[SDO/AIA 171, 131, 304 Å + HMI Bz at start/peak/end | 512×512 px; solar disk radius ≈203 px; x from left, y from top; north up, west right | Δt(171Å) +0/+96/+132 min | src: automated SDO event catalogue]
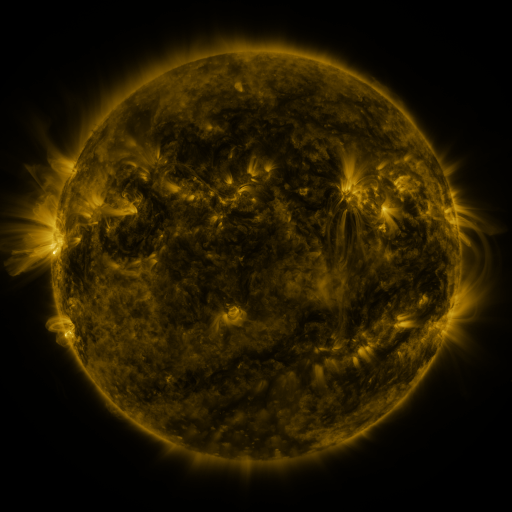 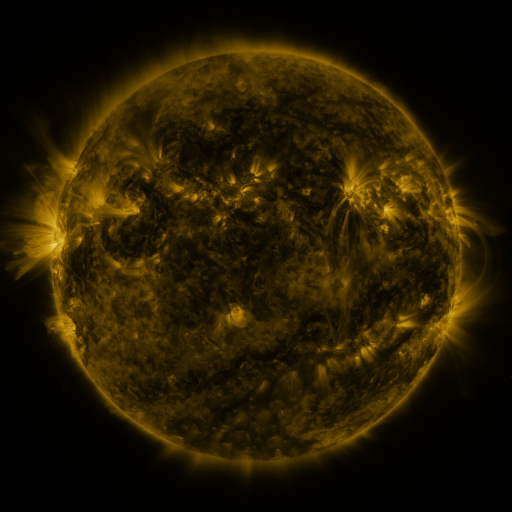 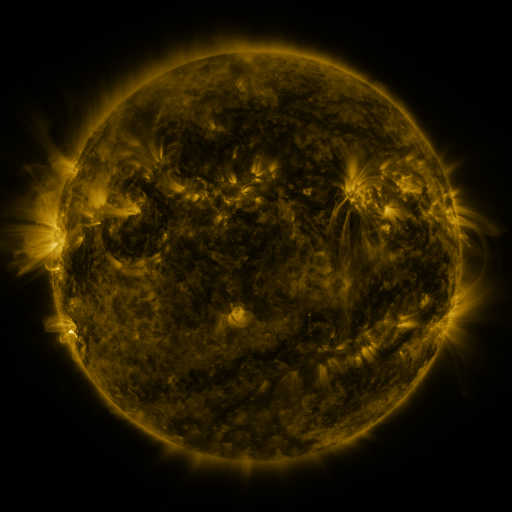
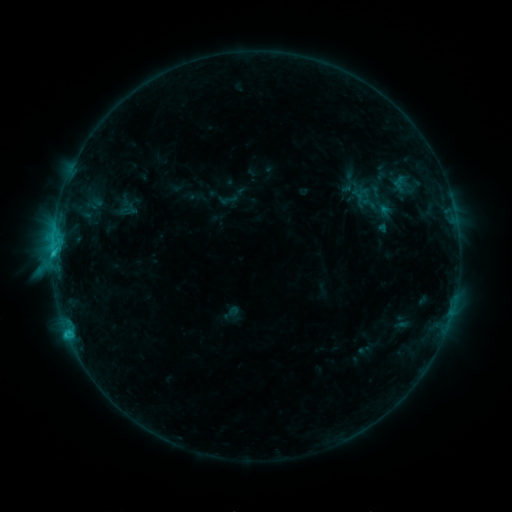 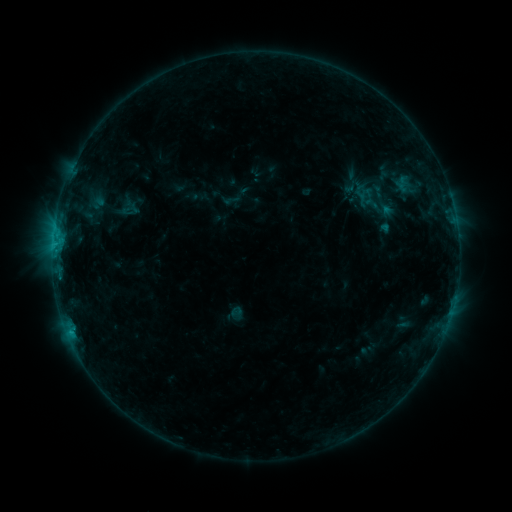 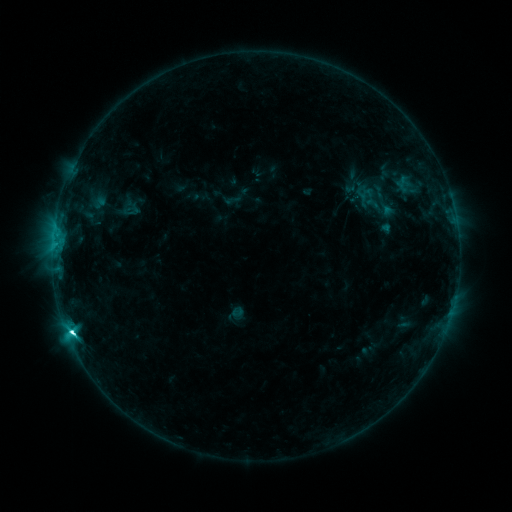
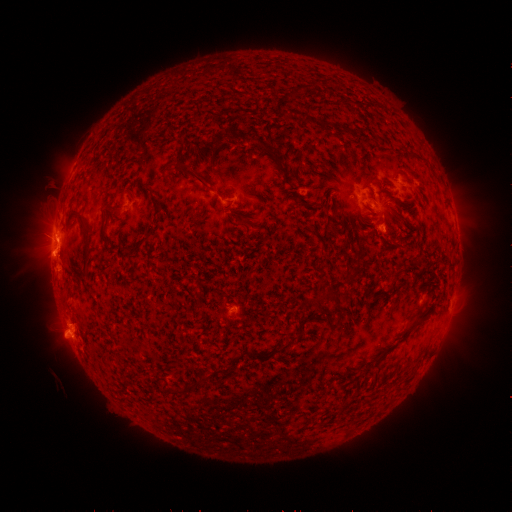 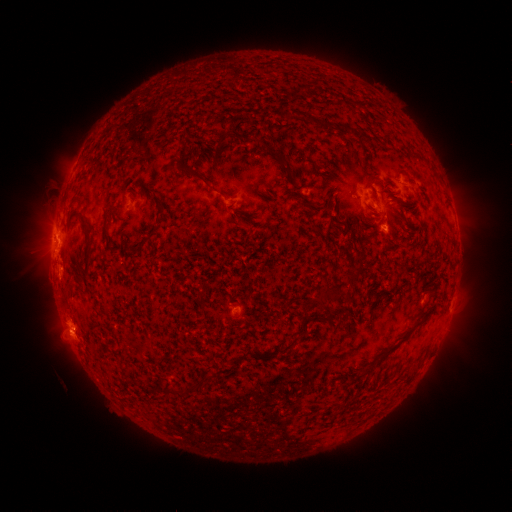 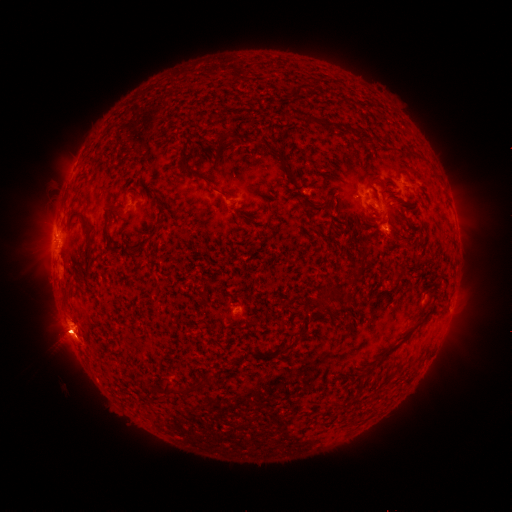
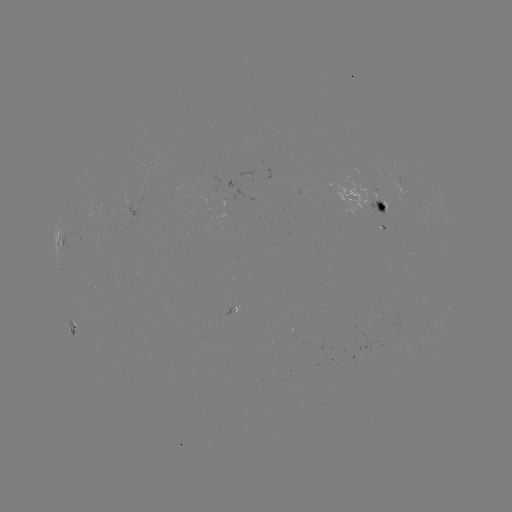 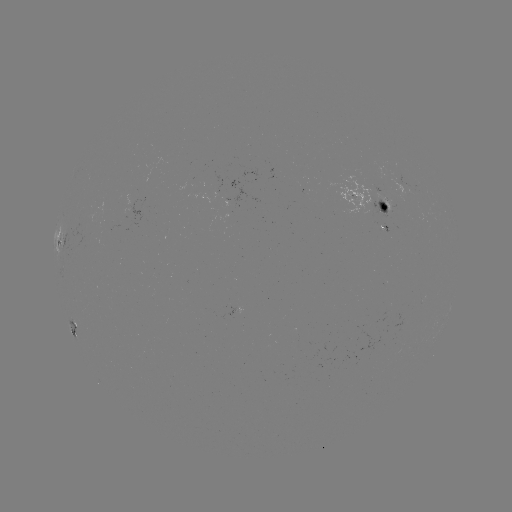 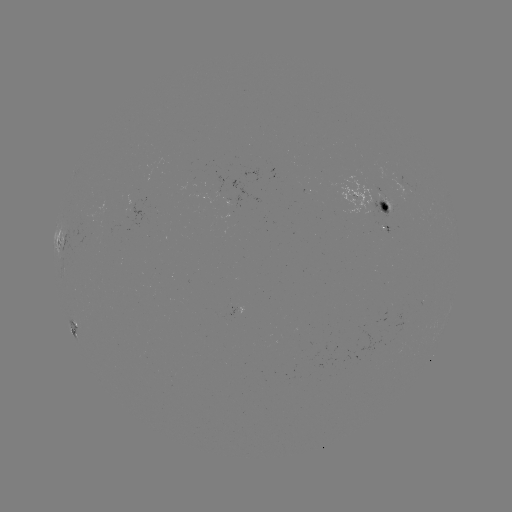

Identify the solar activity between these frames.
emerging-flux region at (383, 217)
